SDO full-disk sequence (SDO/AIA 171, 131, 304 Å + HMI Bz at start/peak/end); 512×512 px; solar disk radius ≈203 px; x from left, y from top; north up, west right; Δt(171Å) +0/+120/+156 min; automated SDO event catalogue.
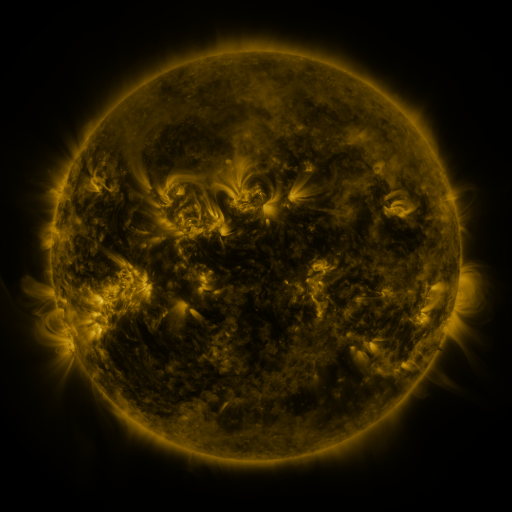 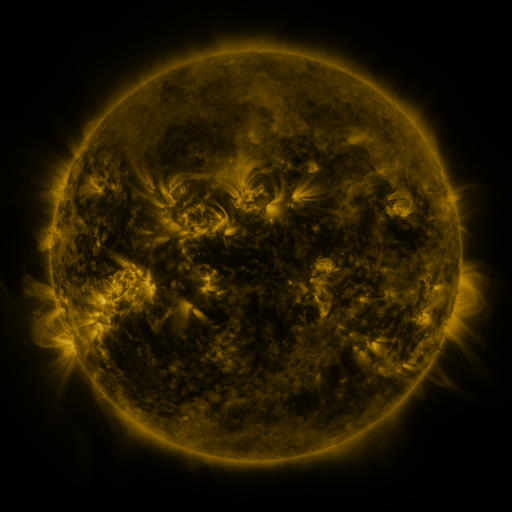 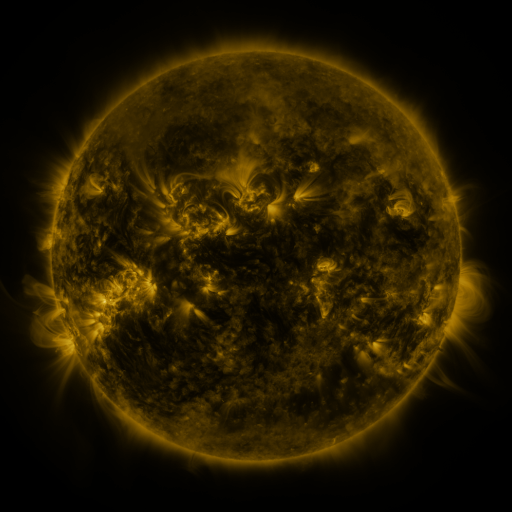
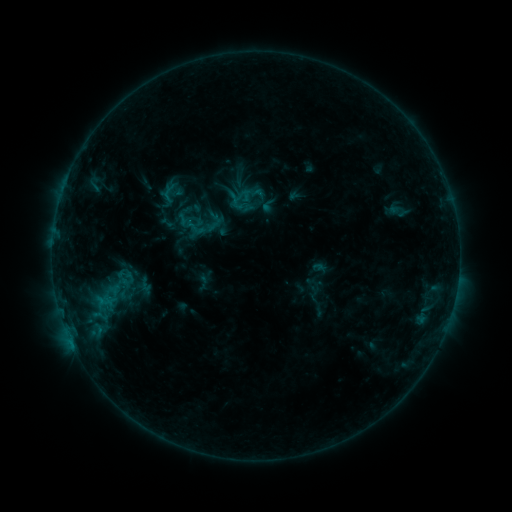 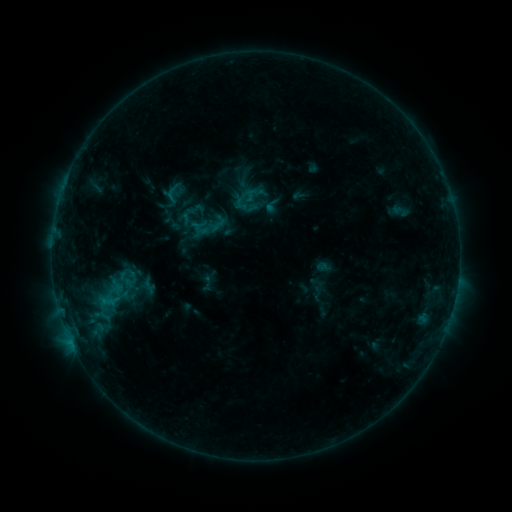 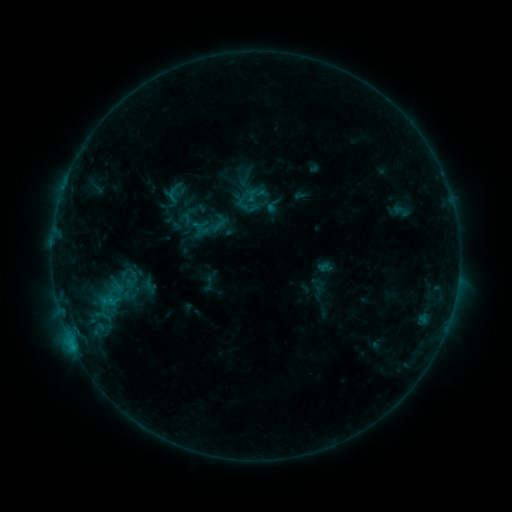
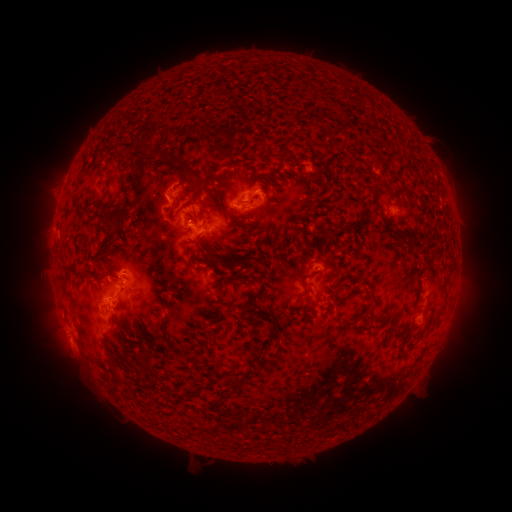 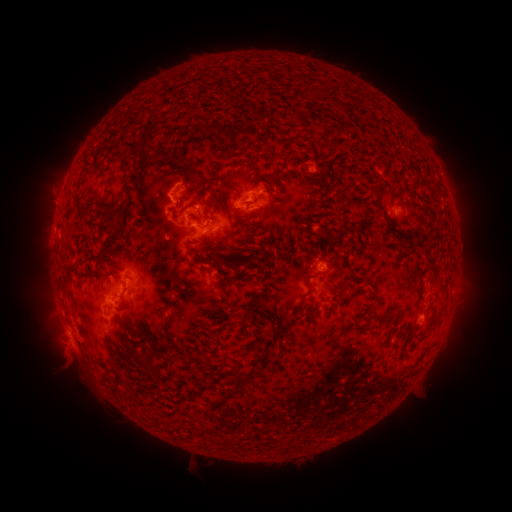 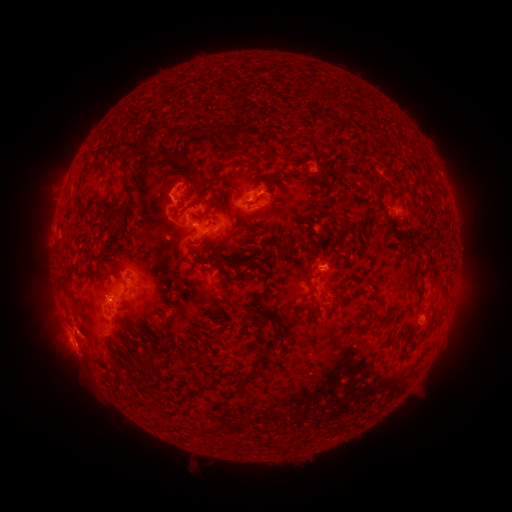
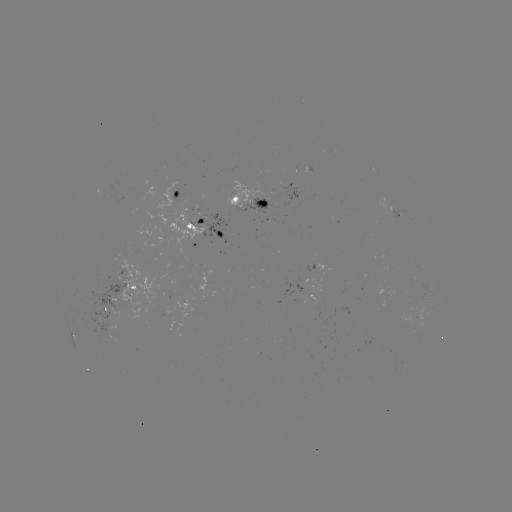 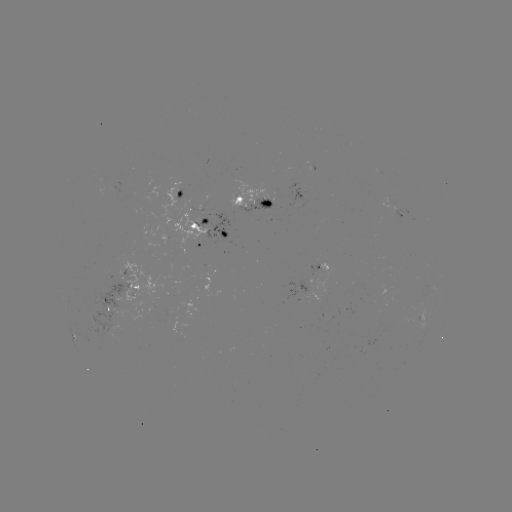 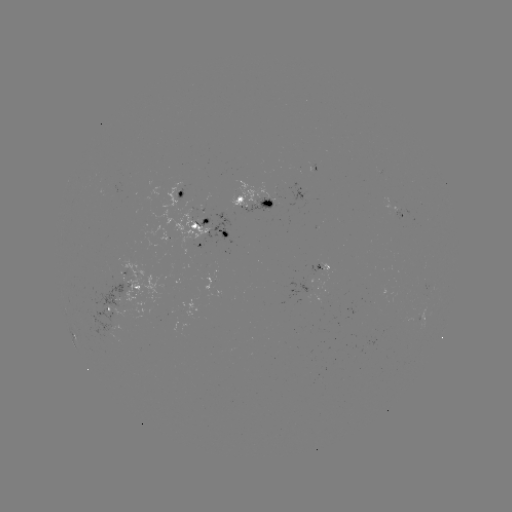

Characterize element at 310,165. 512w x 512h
emerging-flux region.